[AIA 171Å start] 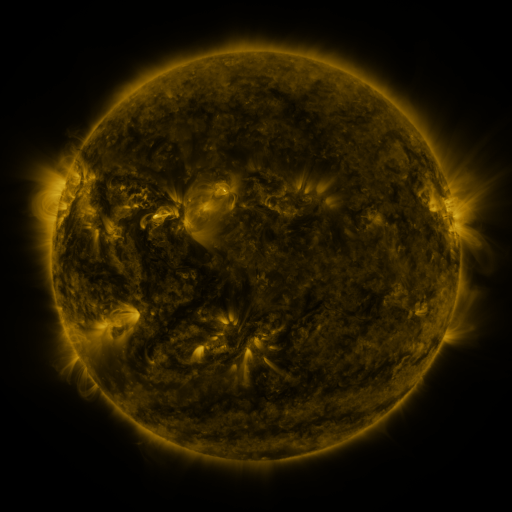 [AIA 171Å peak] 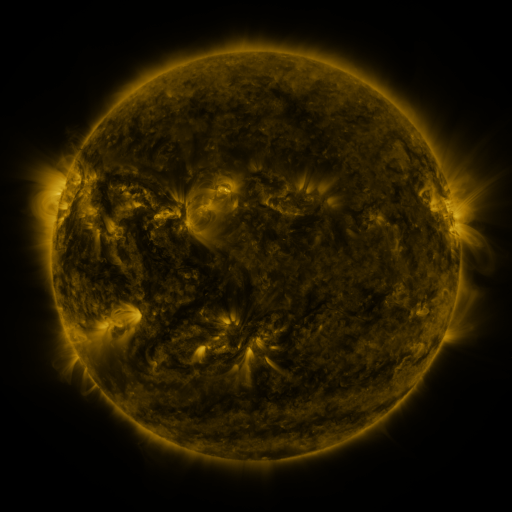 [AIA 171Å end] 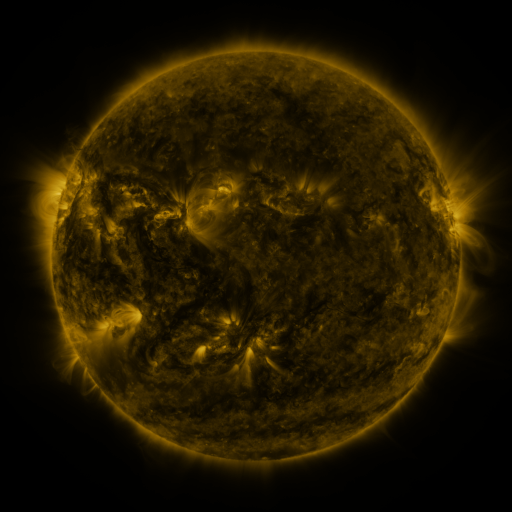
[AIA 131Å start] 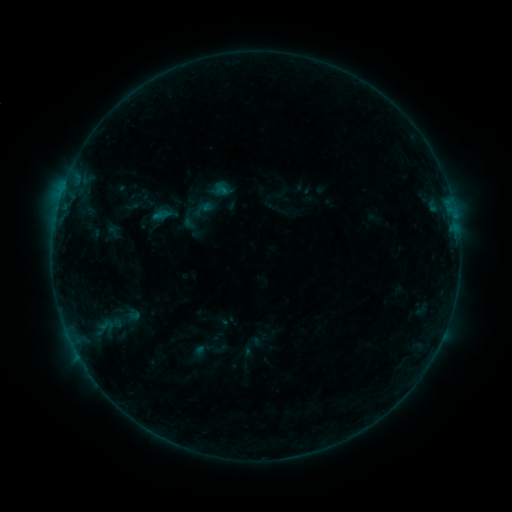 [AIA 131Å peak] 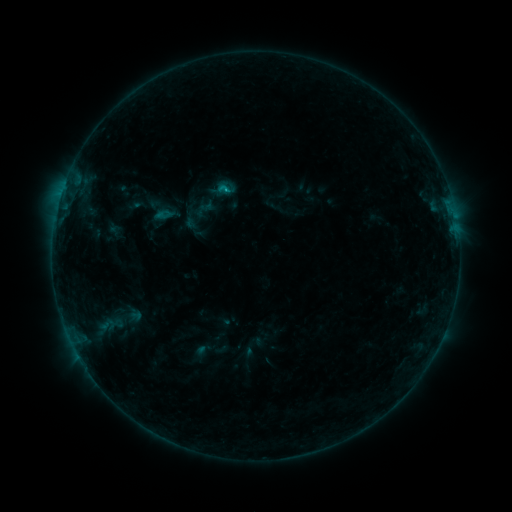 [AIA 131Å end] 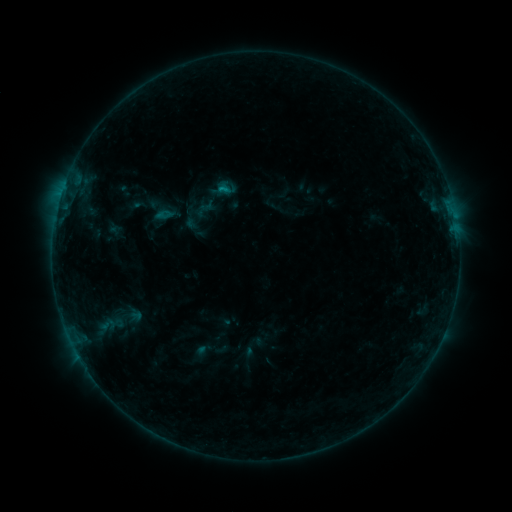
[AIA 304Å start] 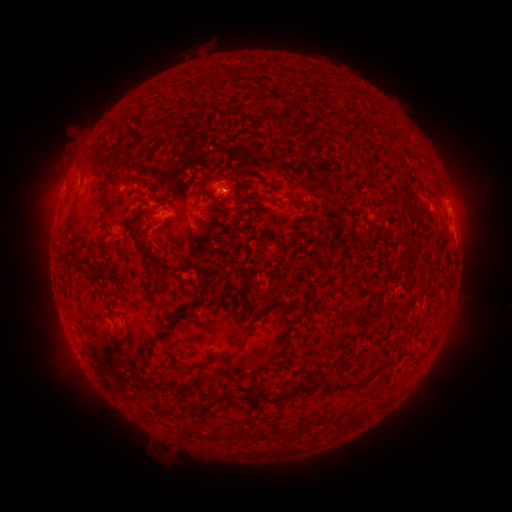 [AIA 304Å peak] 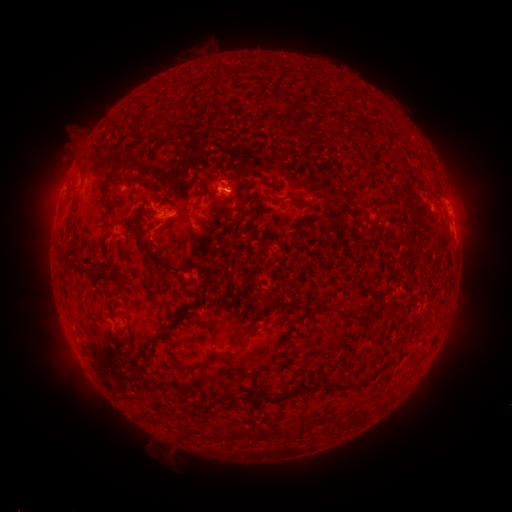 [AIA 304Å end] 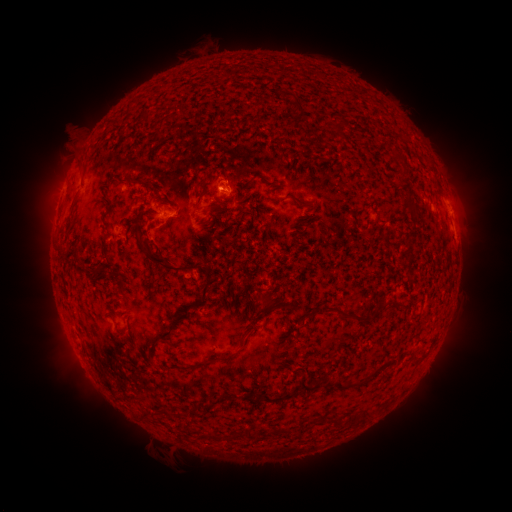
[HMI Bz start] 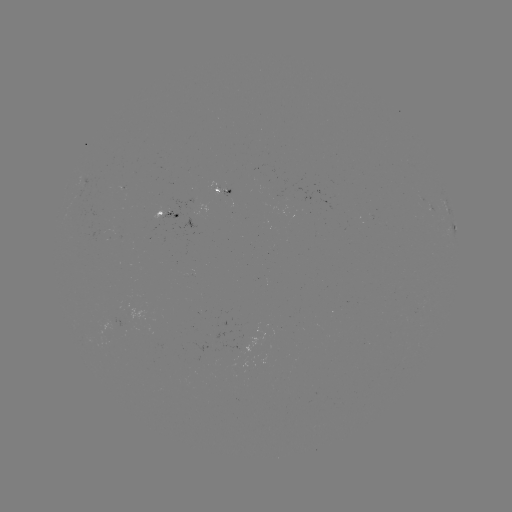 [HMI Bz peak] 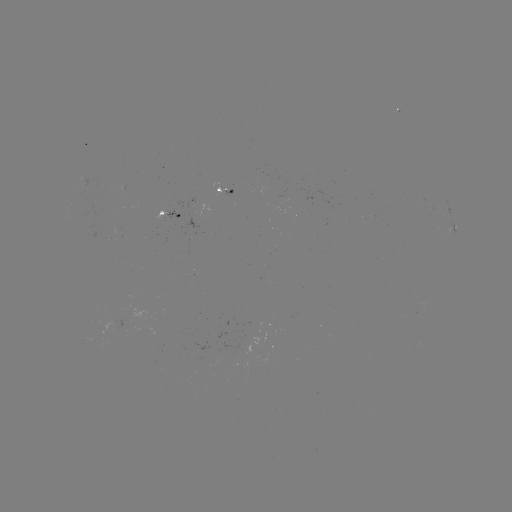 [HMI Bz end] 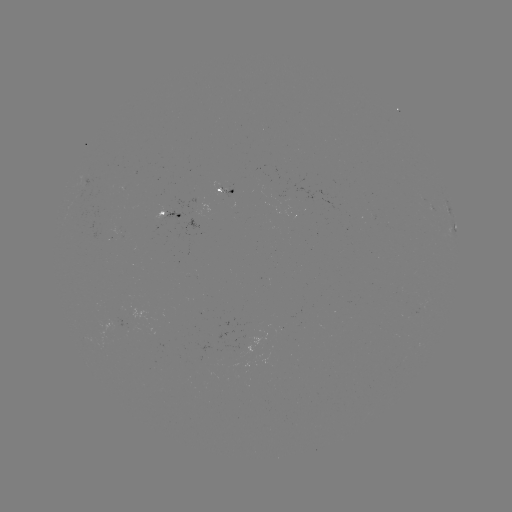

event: flare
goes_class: B6.2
